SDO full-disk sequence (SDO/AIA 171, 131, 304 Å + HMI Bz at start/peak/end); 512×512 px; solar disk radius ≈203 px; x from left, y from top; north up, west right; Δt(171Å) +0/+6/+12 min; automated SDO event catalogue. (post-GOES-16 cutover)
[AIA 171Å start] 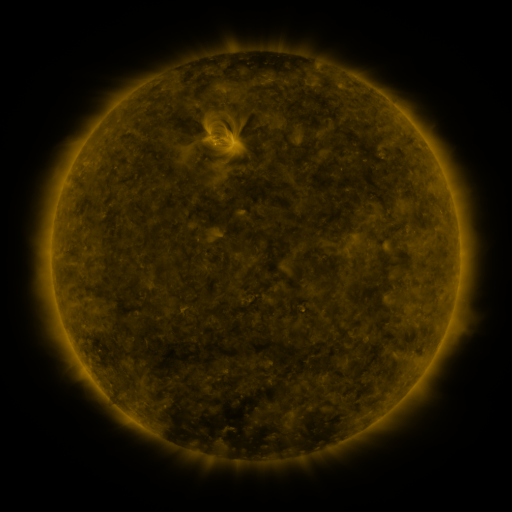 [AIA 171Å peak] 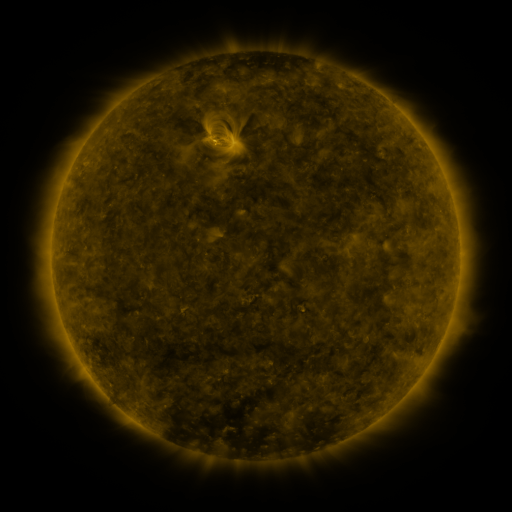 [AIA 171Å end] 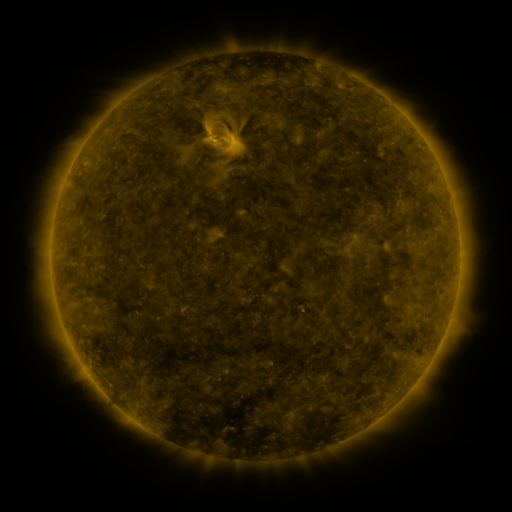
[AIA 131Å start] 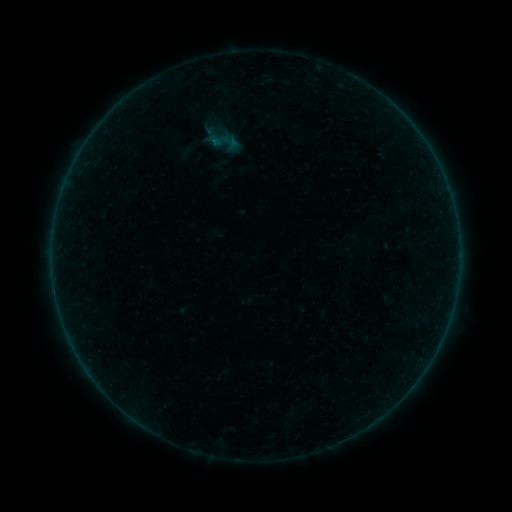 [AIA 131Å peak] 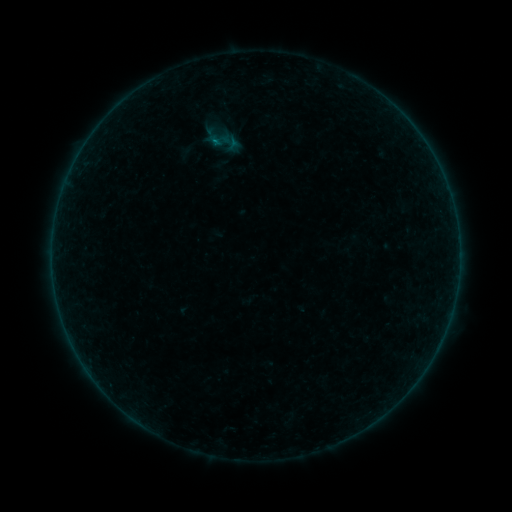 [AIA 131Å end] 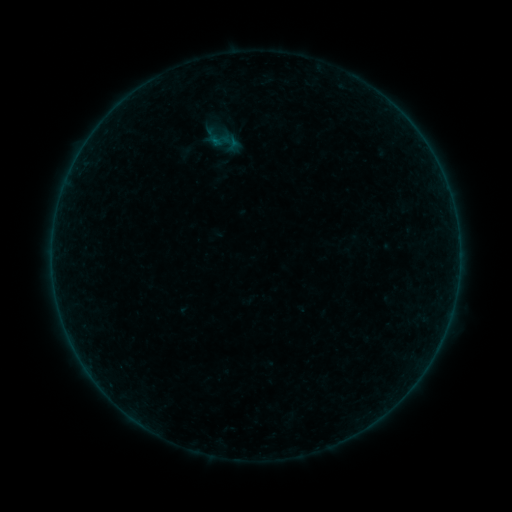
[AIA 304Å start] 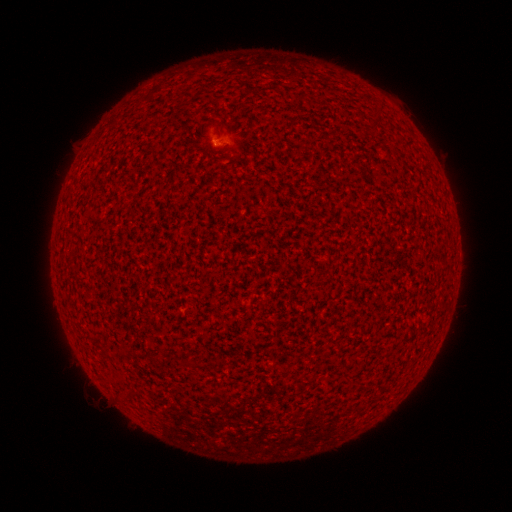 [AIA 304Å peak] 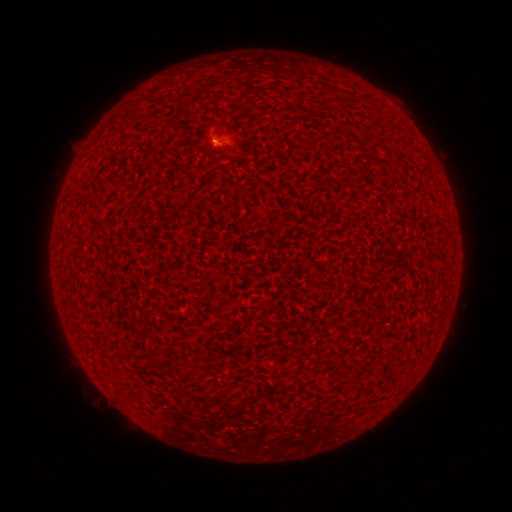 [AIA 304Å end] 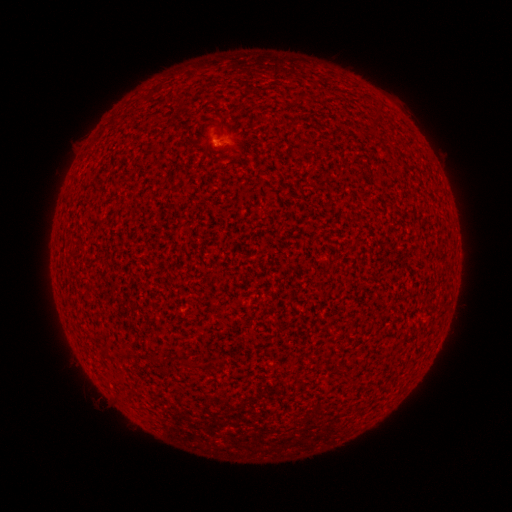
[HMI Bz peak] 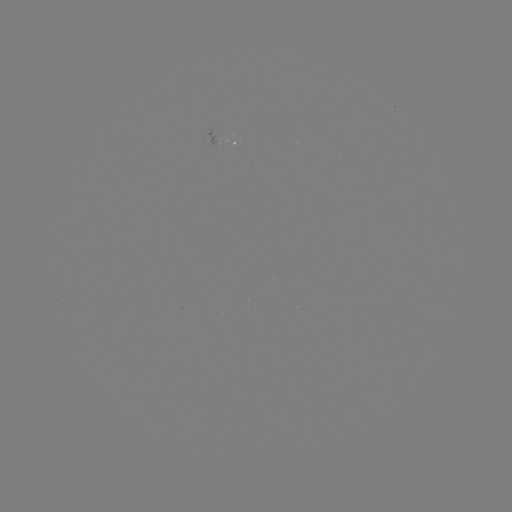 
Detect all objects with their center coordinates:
A6.4 flare: (218, 144)
